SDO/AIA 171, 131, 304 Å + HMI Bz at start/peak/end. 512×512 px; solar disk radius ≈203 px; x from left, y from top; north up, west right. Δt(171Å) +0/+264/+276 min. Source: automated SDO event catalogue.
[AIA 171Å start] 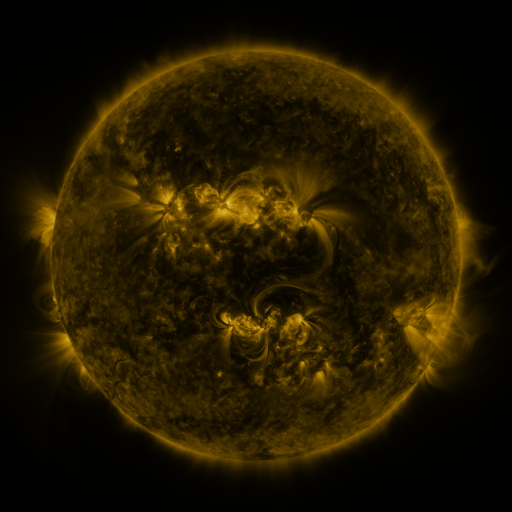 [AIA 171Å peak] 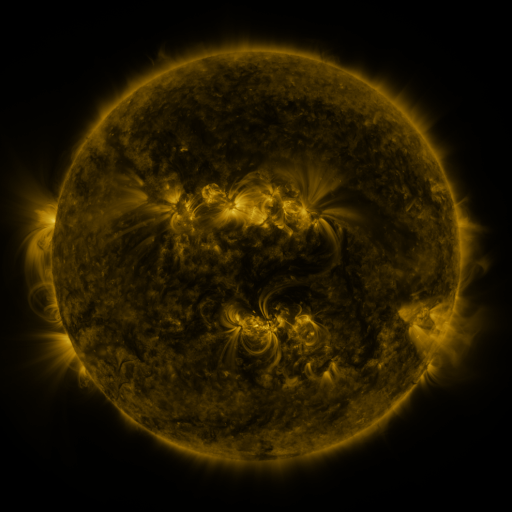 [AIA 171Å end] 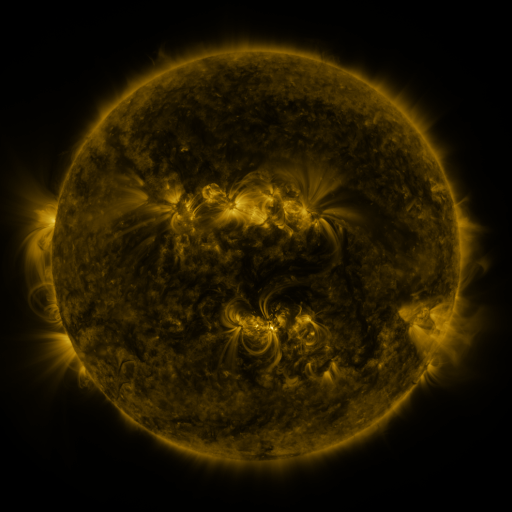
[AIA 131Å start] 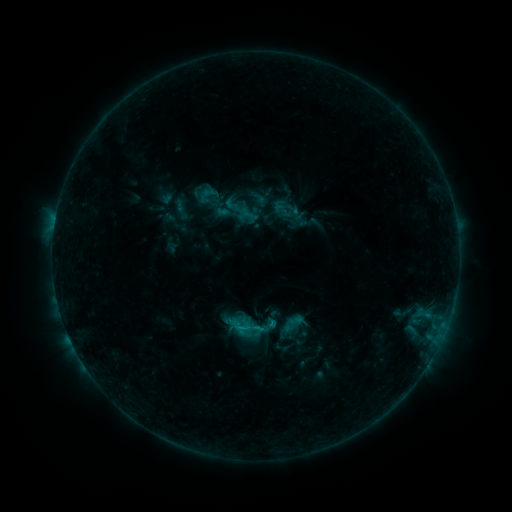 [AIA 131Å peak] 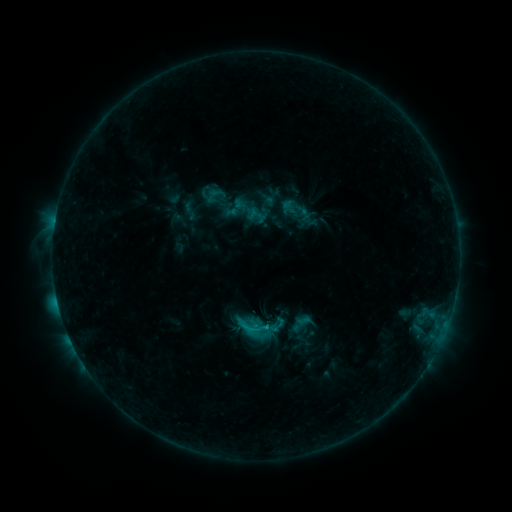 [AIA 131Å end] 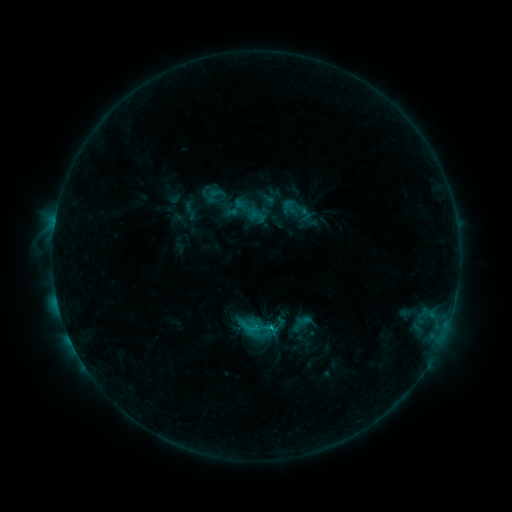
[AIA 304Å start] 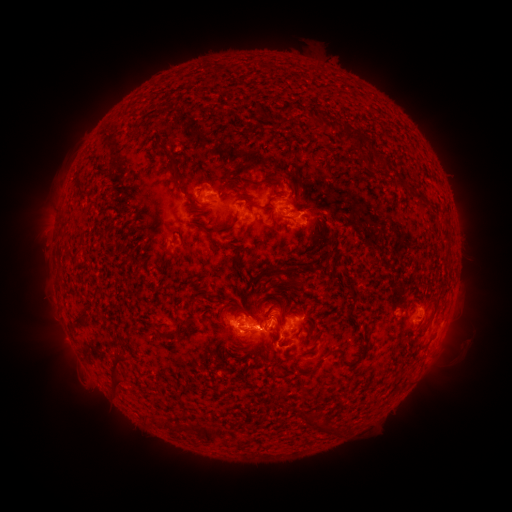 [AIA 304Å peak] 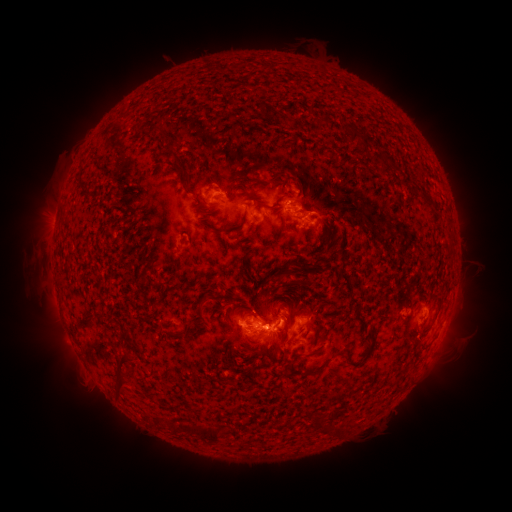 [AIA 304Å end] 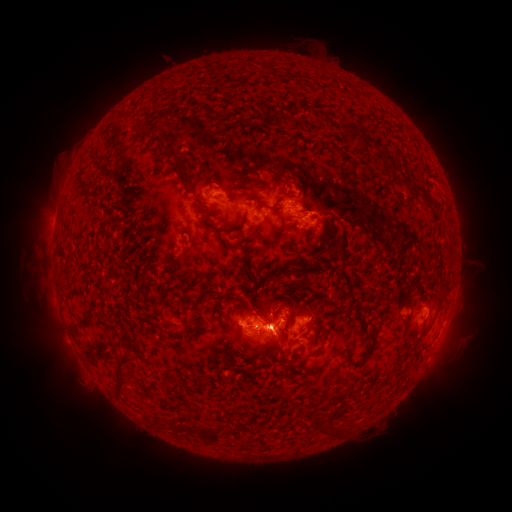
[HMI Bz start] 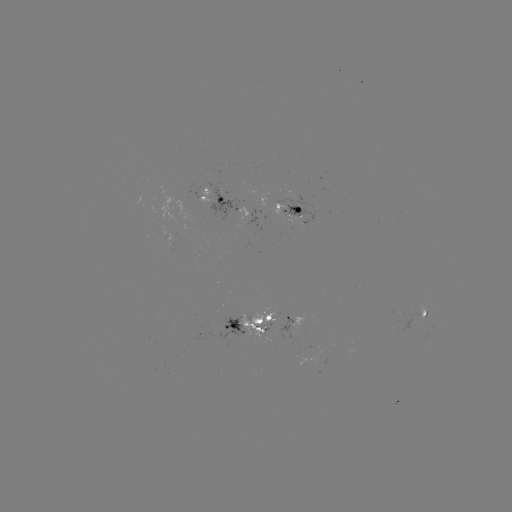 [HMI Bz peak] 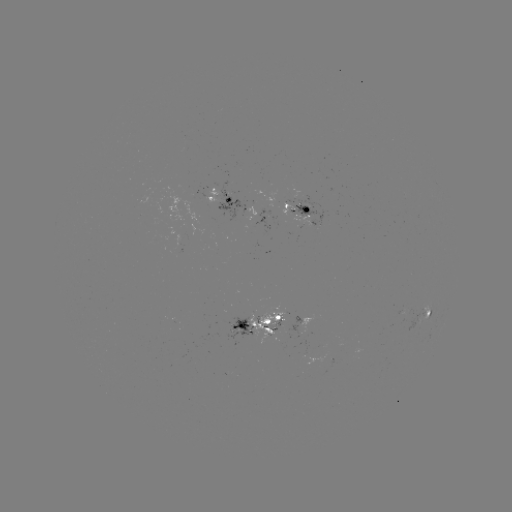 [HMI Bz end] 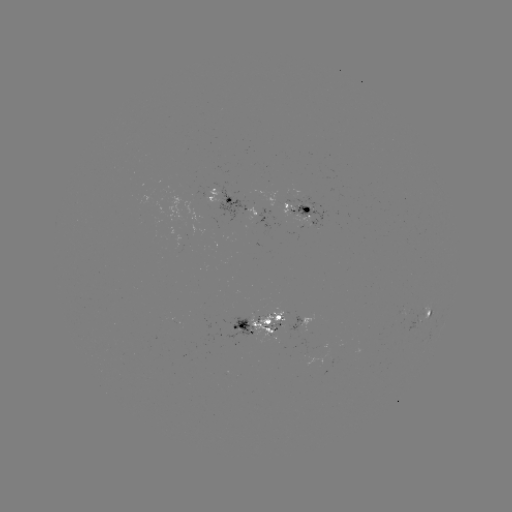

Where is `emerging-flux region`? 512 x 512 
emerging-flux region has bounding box [222, 315, 253, 339].